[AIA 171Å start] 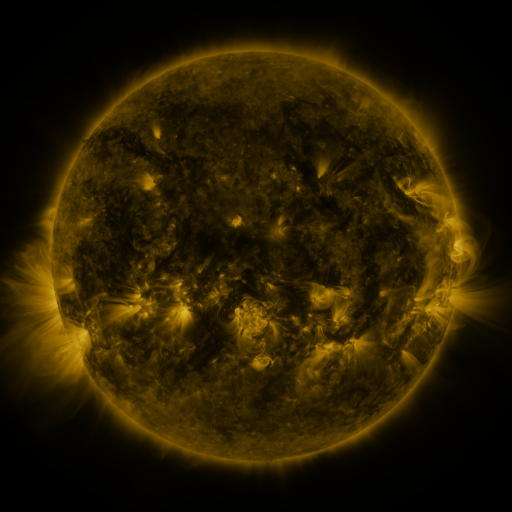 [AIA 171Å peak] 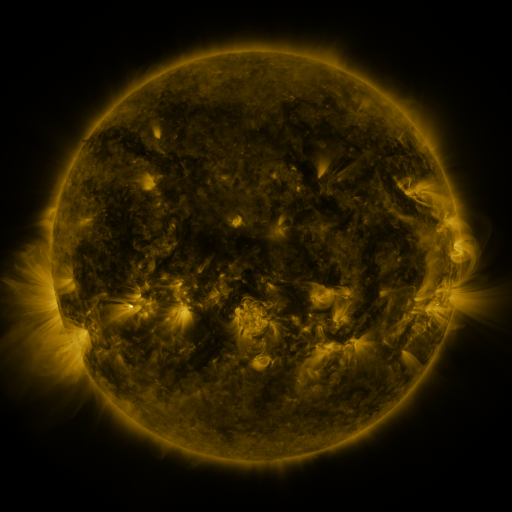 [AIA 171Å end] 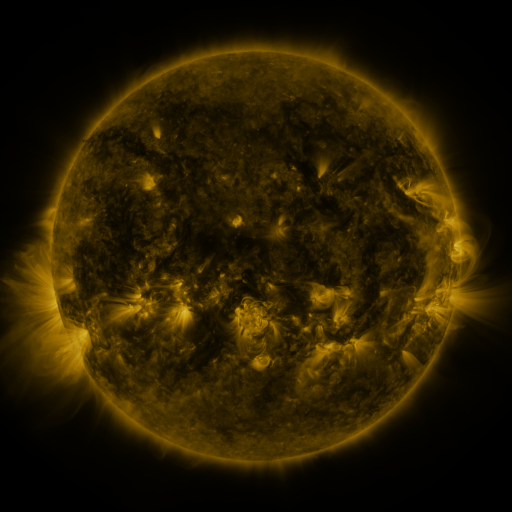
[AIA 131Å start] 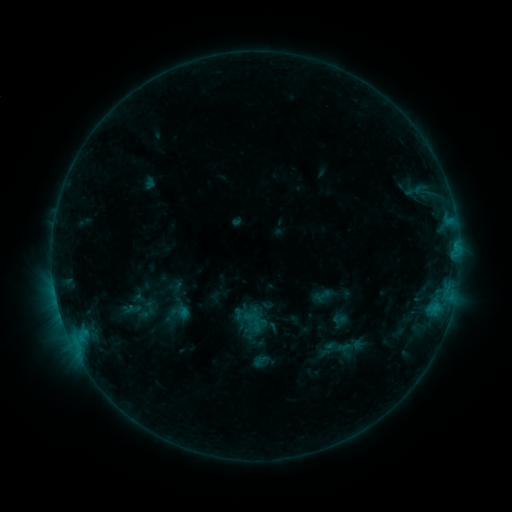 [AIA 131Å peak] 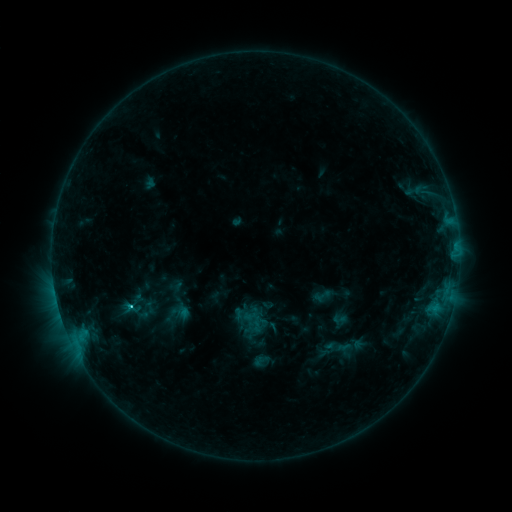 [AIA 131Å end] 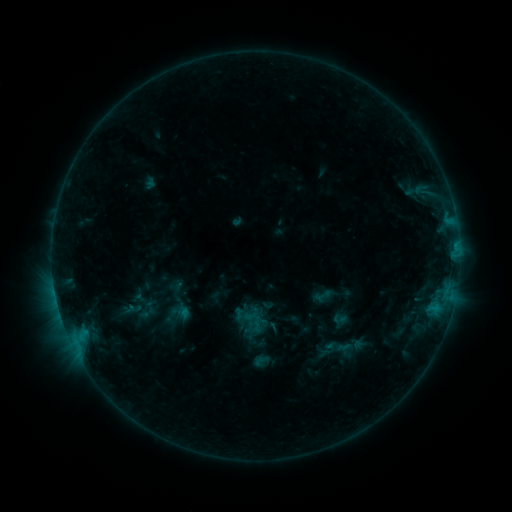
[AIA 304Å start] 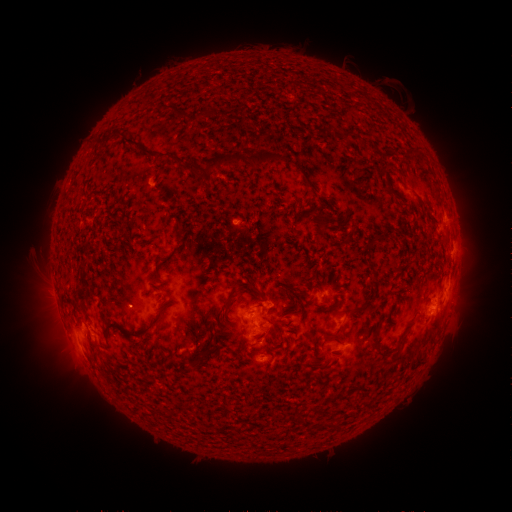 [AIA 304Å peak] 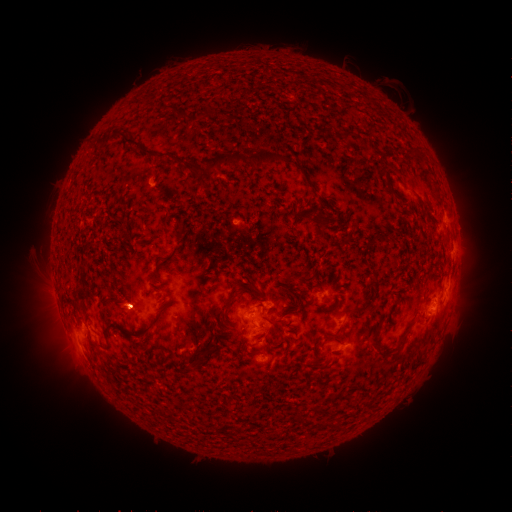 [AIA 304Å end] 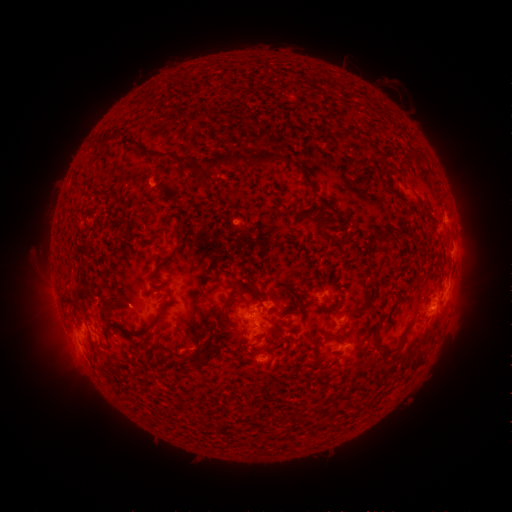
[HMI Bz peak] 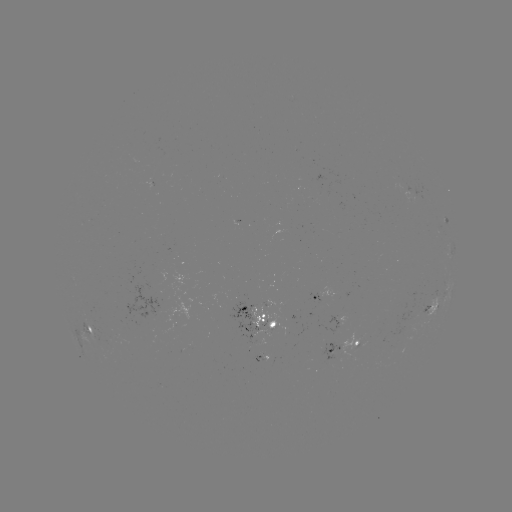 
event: flare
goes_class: B9.2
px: (131, 306)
